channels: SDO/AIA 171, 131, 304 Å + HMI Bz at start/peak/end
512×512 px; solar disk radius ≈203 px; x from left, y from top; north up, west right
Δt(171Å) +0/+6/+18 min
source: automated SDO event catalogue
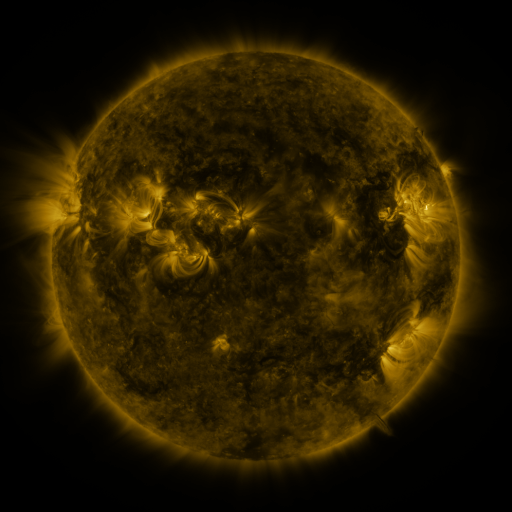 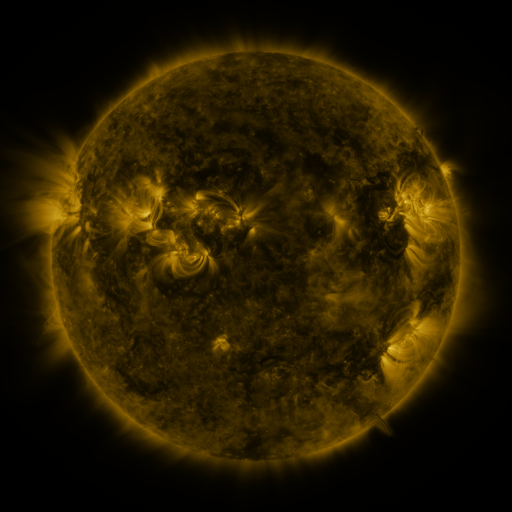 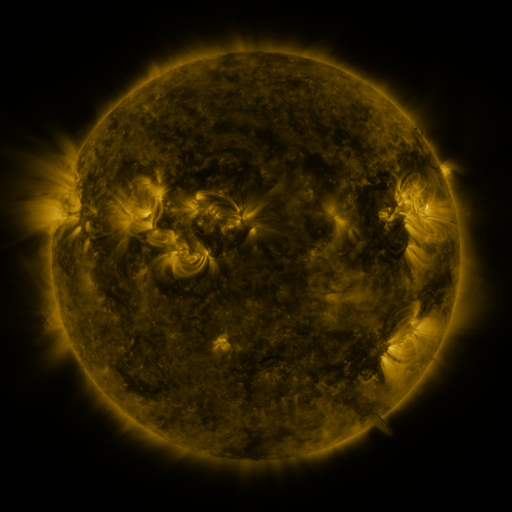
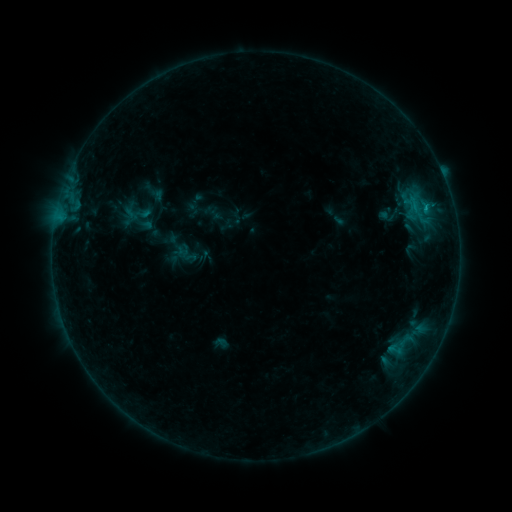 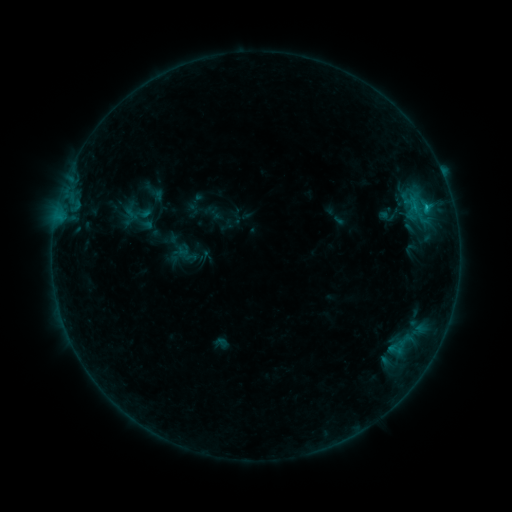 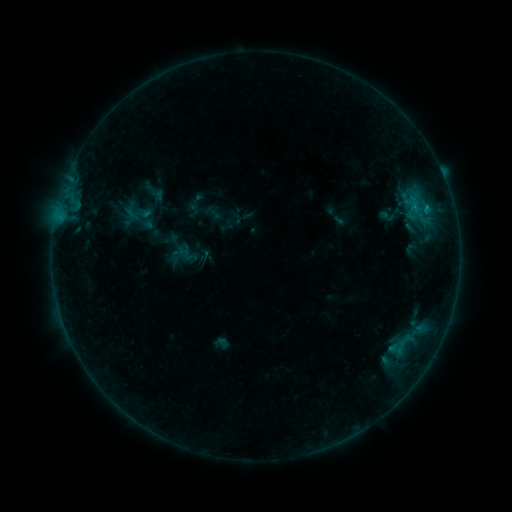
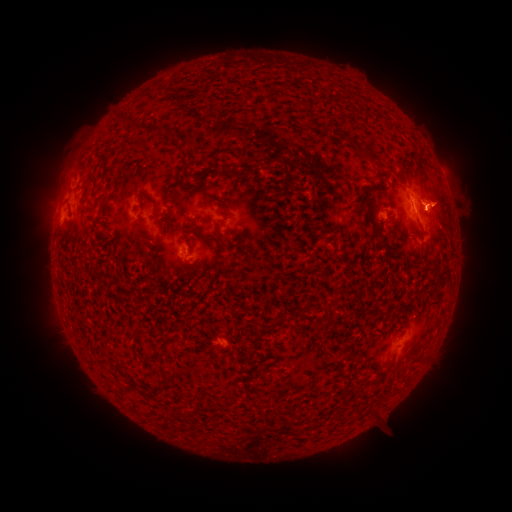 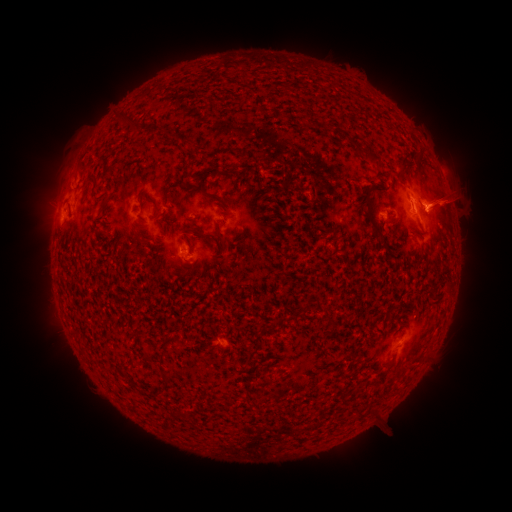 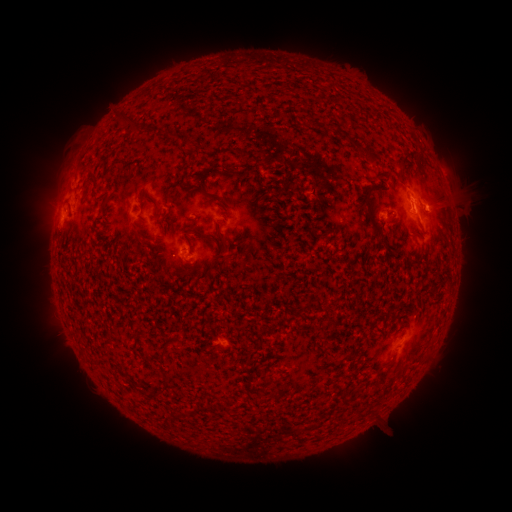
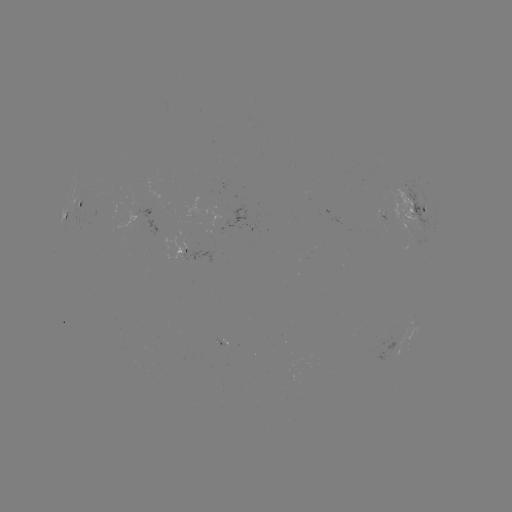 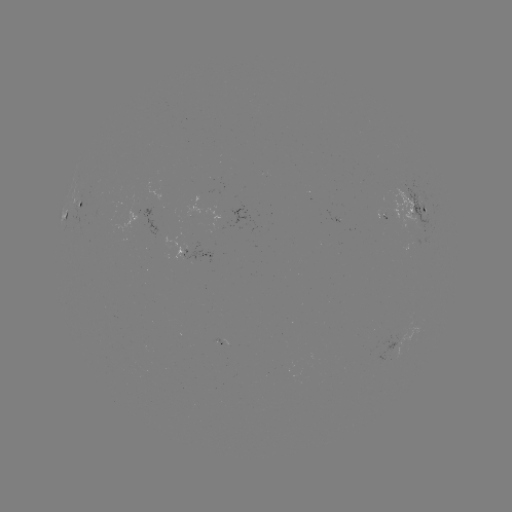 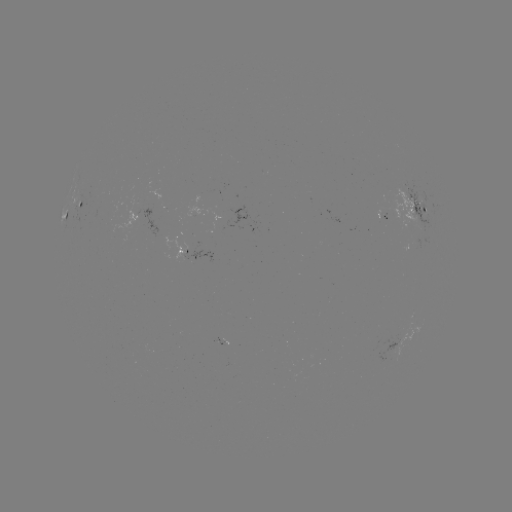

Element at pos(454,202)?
eruption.